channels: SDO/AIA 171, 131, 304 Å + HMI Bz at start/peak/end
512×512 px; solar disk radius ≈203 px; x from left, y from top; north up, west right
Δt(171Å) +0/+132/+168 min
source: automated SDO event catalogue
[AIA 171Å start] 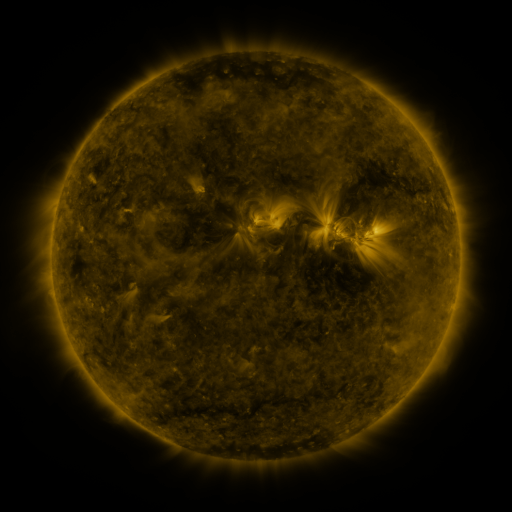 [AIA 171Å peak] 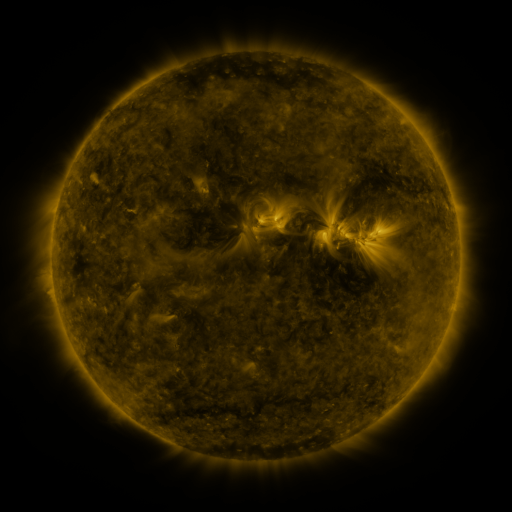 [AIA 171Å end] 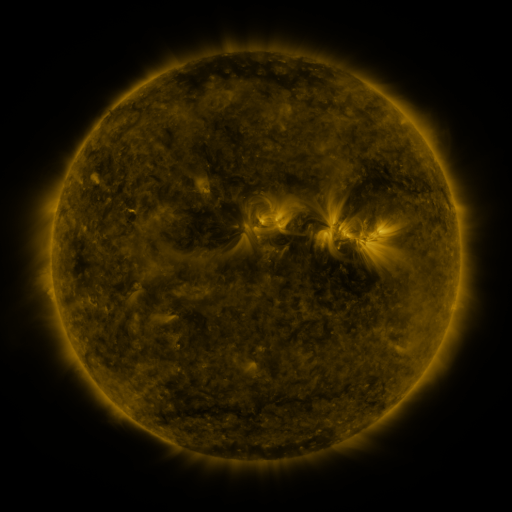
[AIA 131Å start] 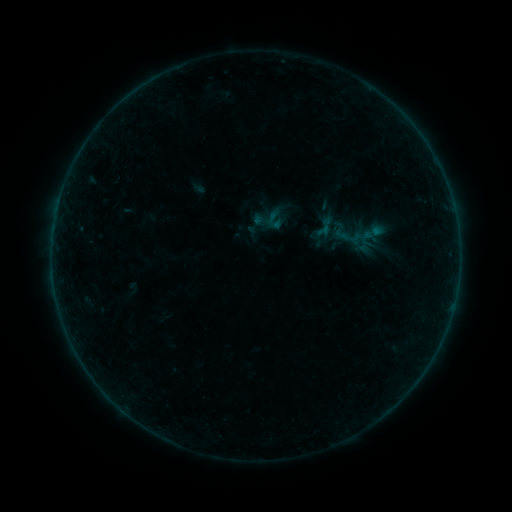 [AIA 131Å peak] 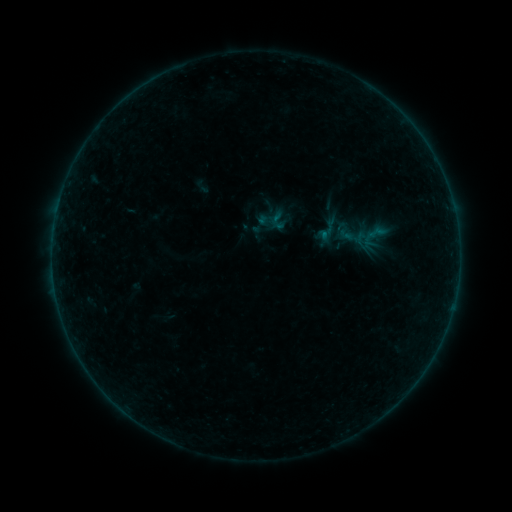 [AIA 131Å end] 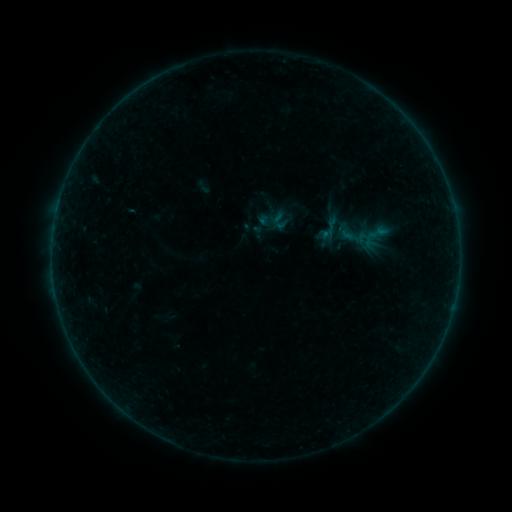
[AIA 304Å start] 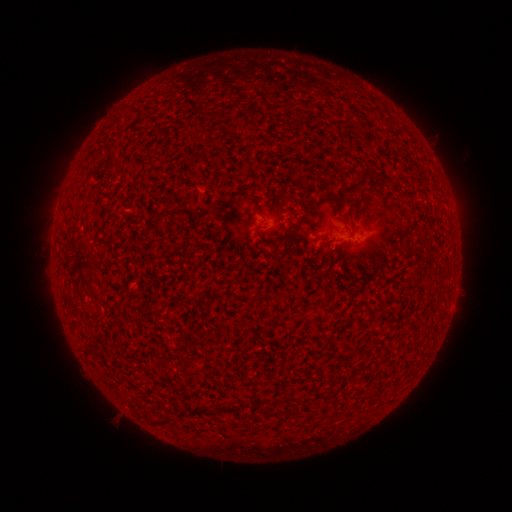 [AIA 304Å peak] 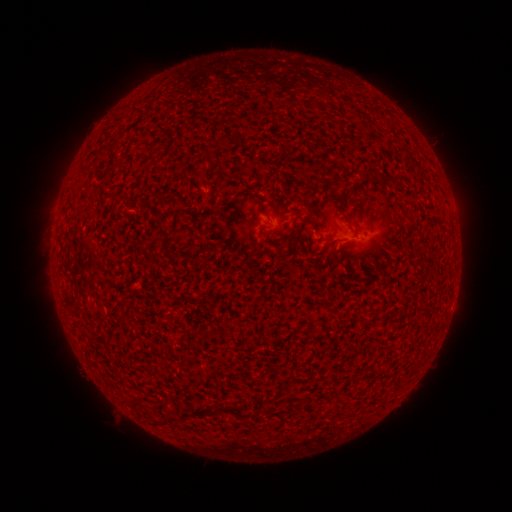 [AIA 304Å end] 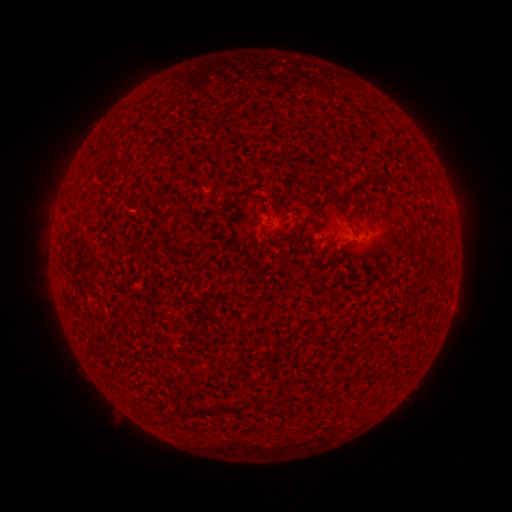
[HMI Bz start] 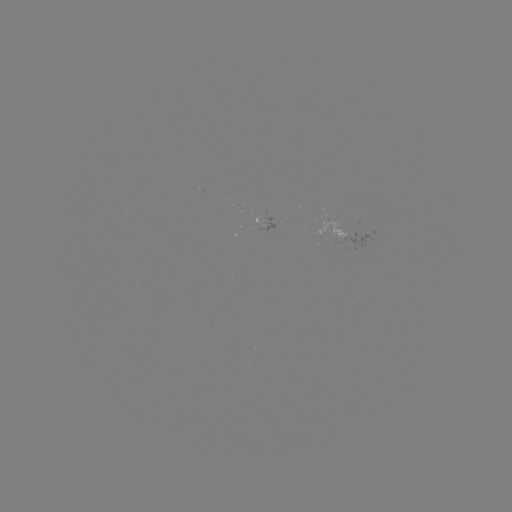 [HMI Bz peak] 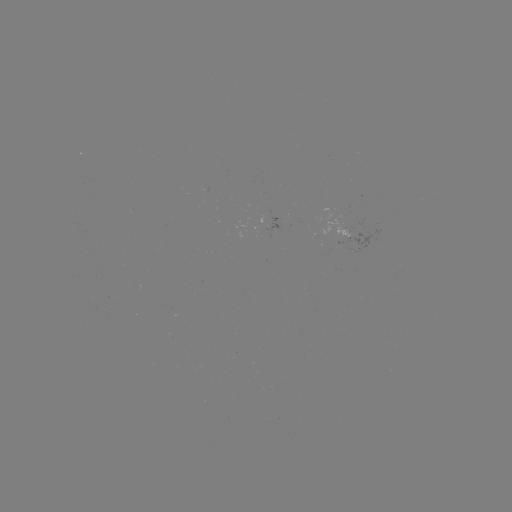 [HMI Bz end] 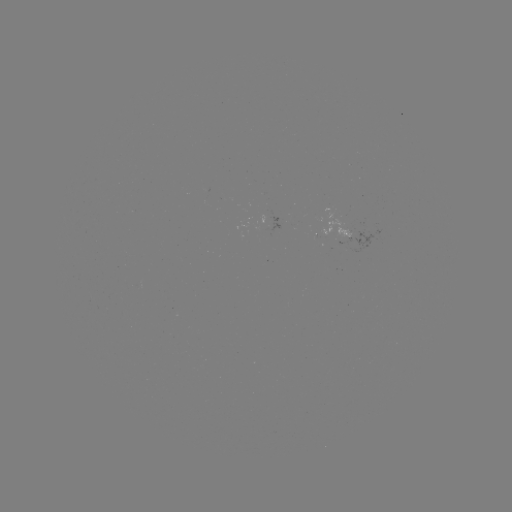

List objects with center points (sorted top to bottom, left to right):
emerging-flux region: (339, 240)
